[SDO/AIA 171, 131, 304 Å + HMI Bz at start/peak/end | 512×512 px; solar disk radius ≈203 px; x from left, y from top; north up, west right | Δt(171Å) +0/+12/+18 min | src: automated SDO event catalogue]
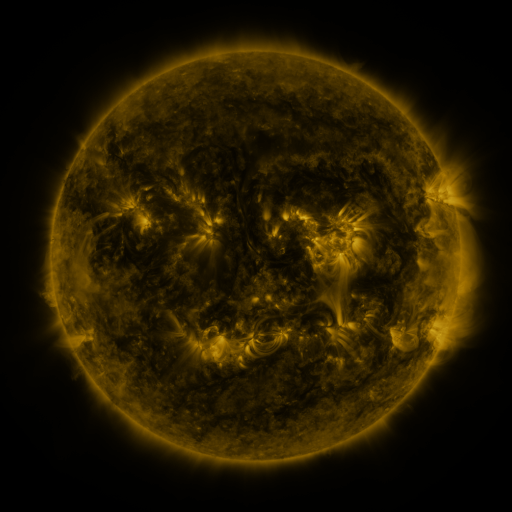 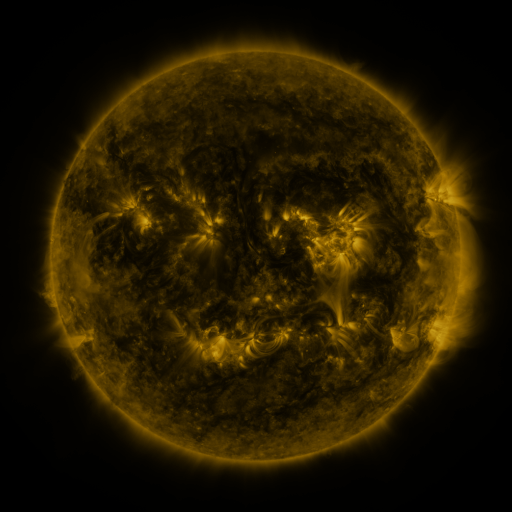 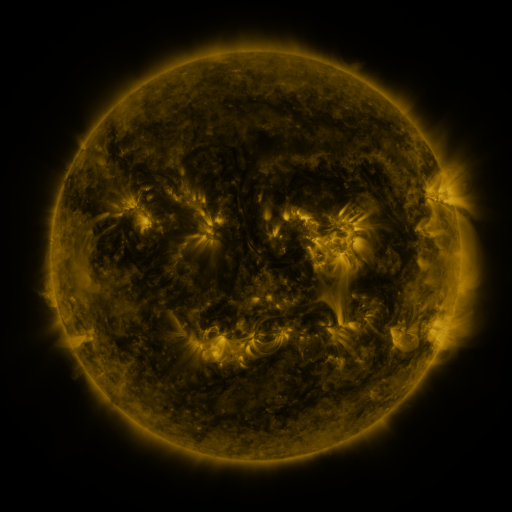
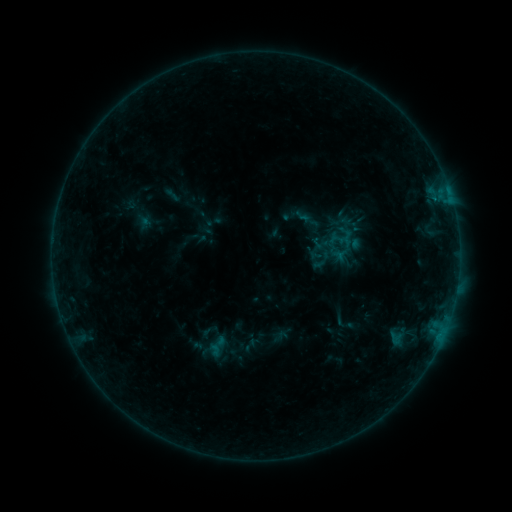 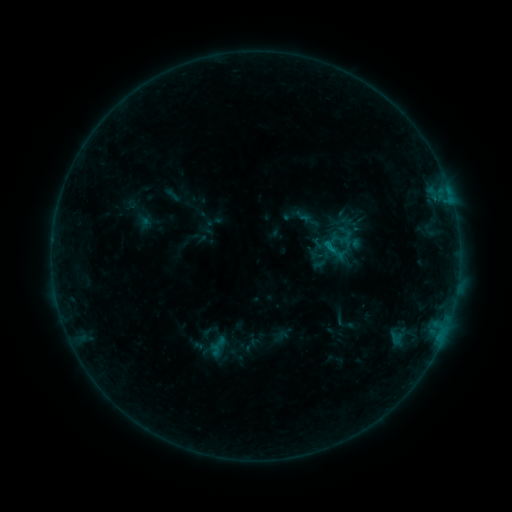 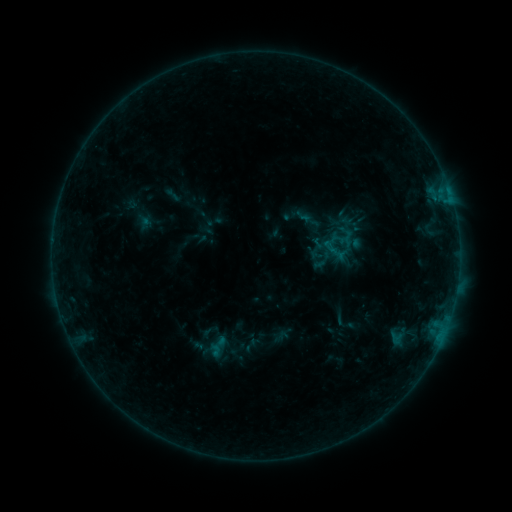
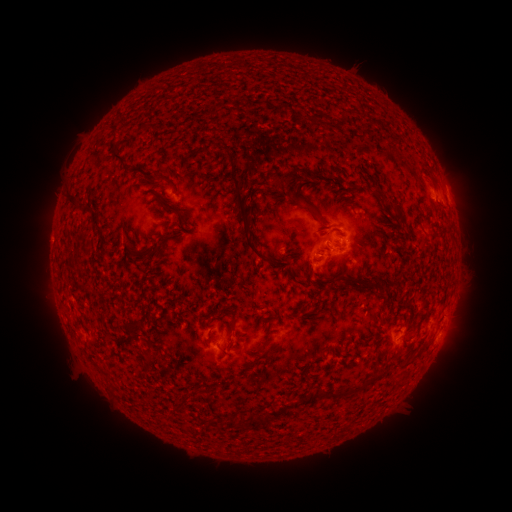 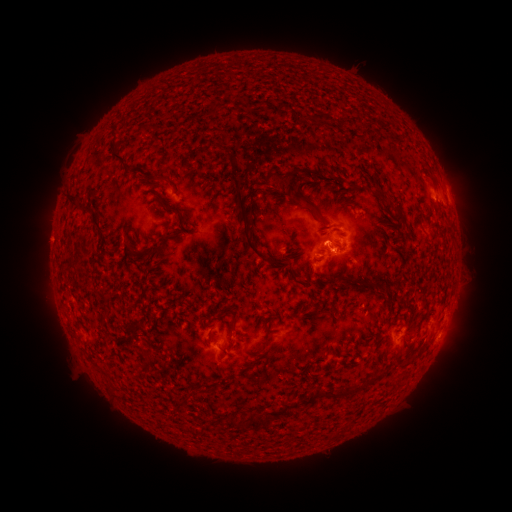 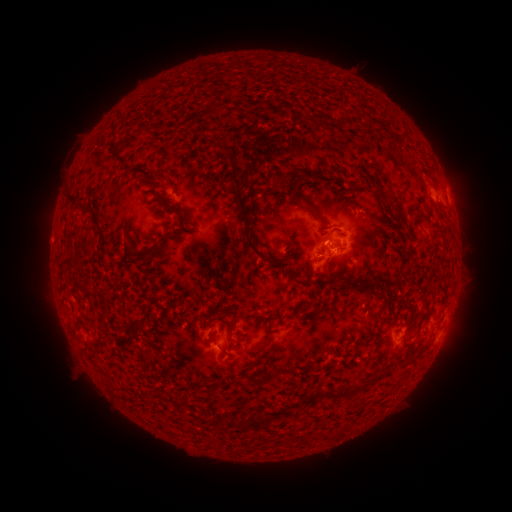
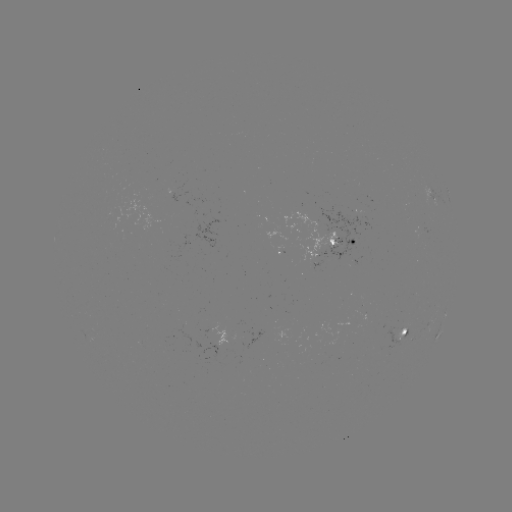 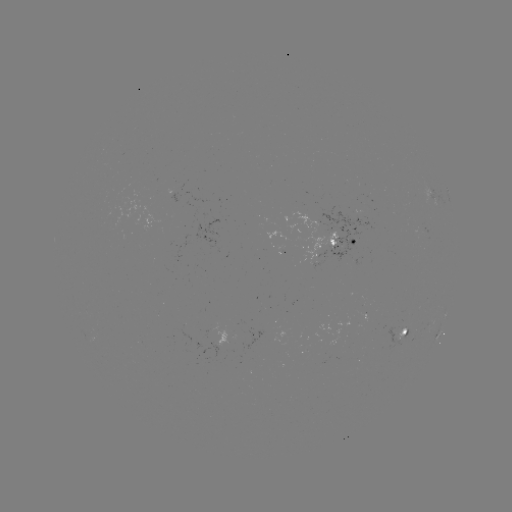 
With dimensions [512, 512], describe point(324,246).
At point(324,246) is B4.2 flare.